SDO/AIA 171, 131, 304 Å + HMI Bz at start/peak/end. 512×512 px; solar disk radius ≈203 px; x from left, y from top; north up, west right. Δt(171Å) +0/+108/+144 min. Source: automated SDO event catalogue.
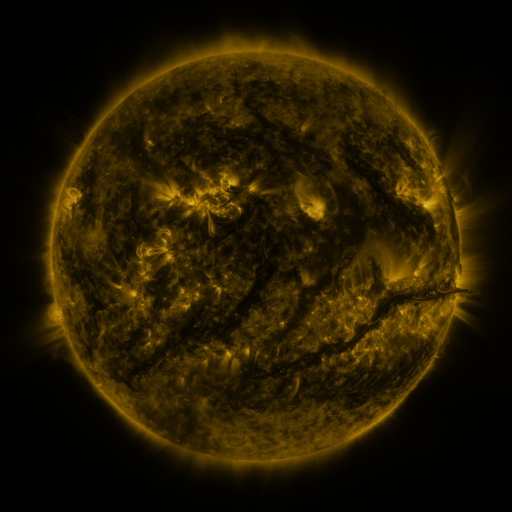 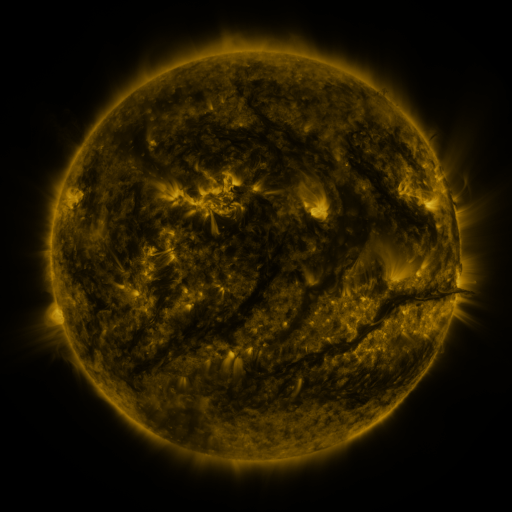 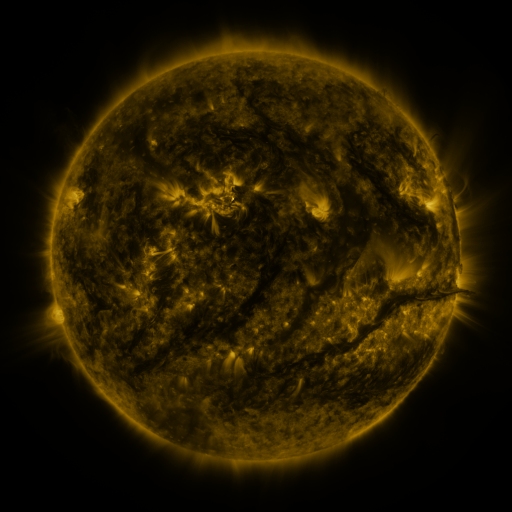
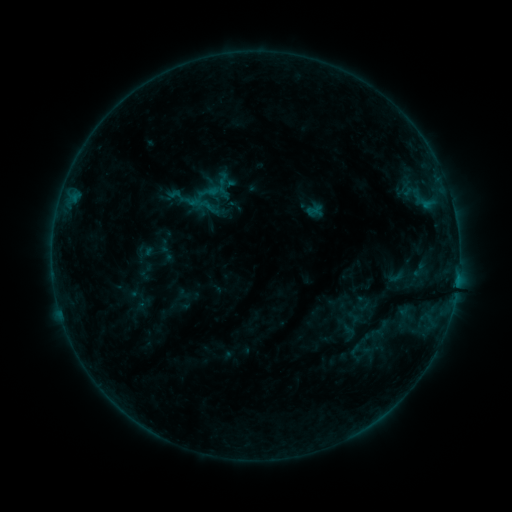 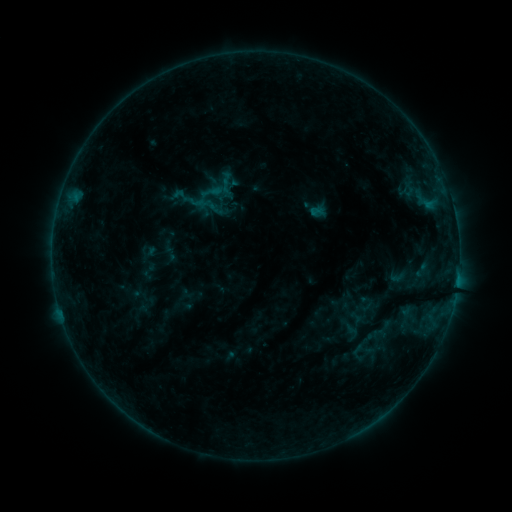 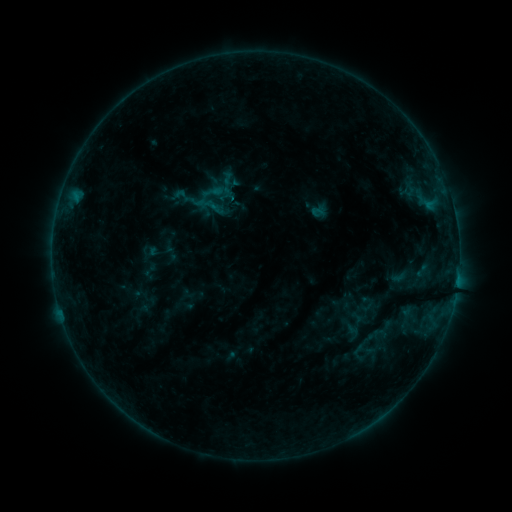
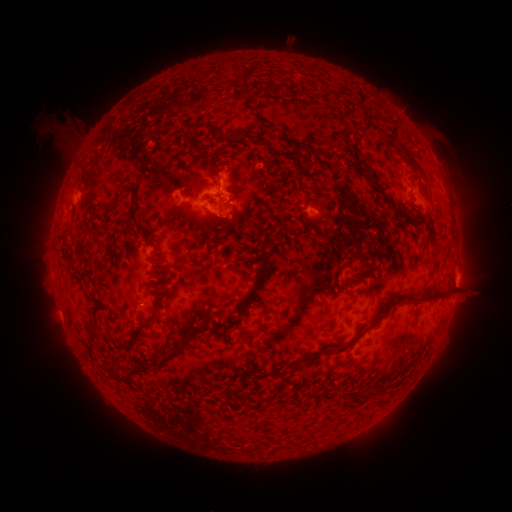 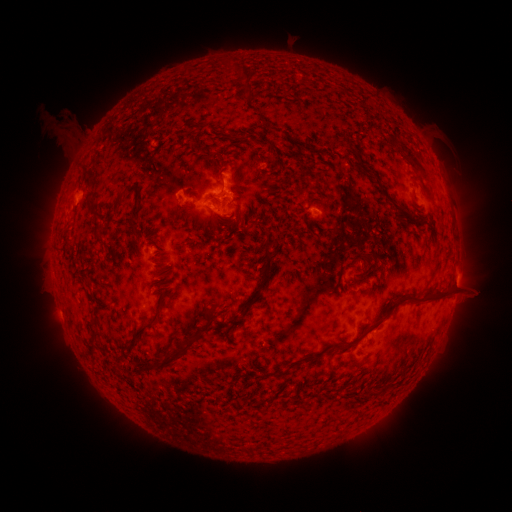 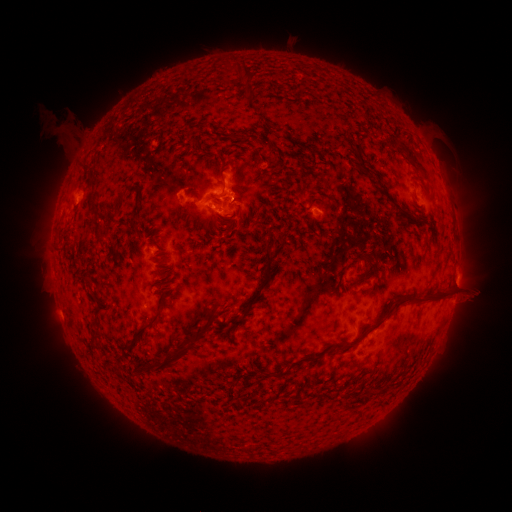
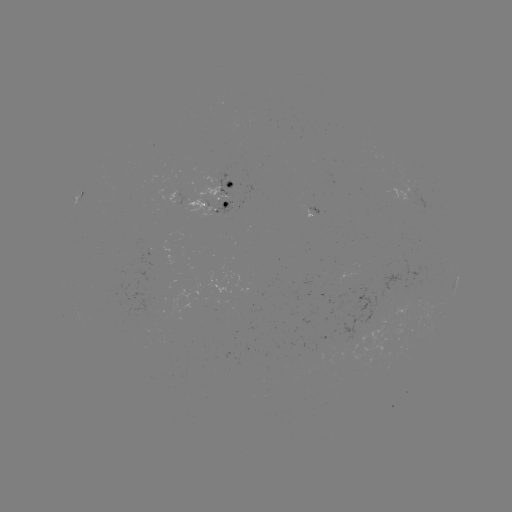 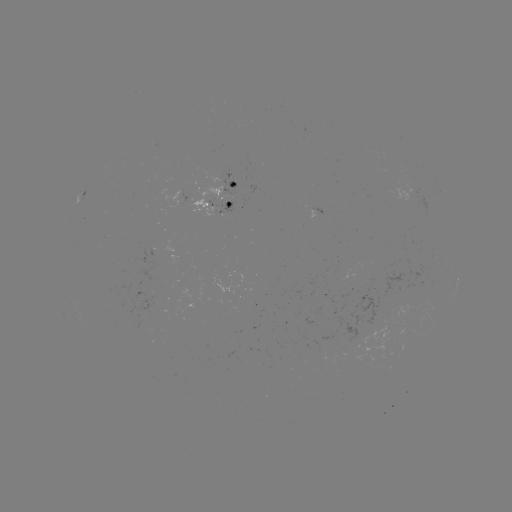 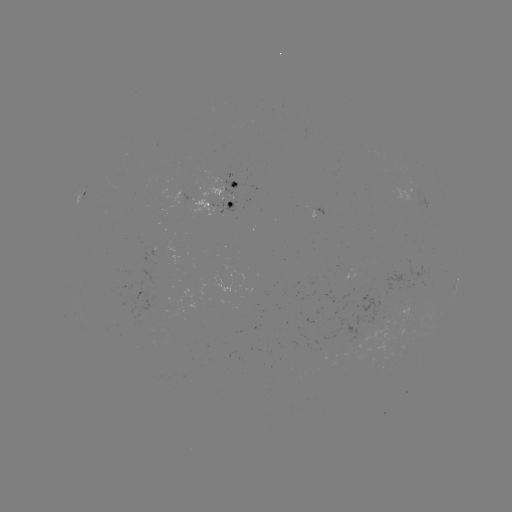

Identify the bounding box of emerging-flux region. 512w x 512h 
[339, 286, 379, 344].